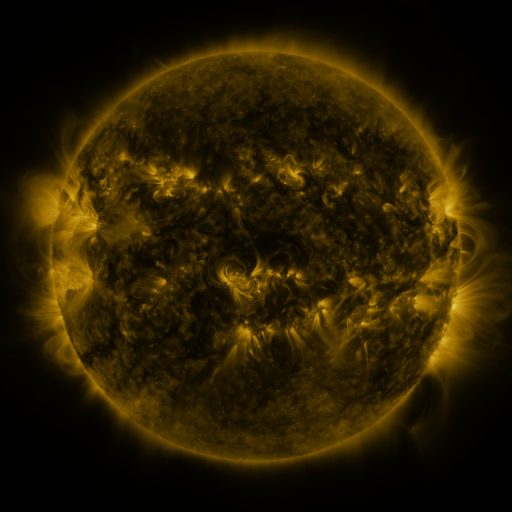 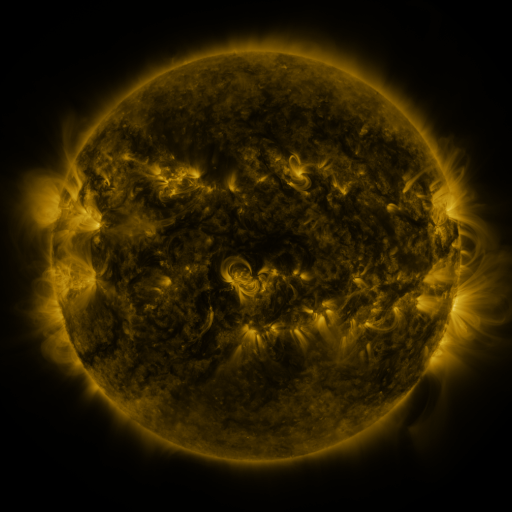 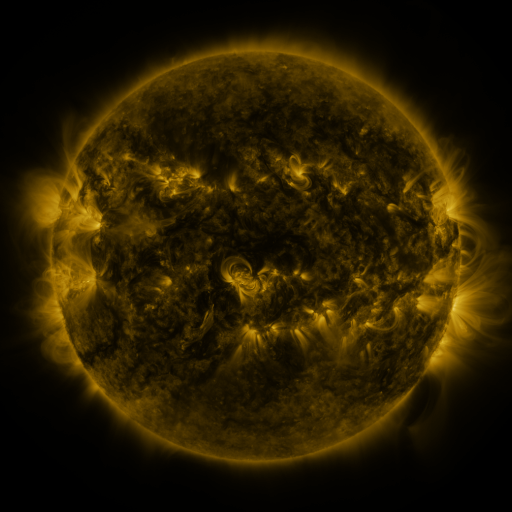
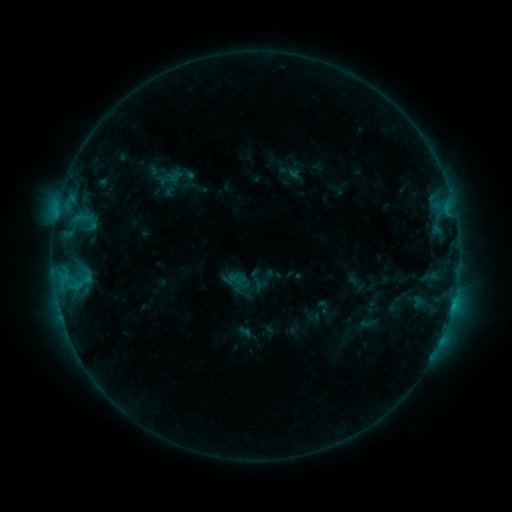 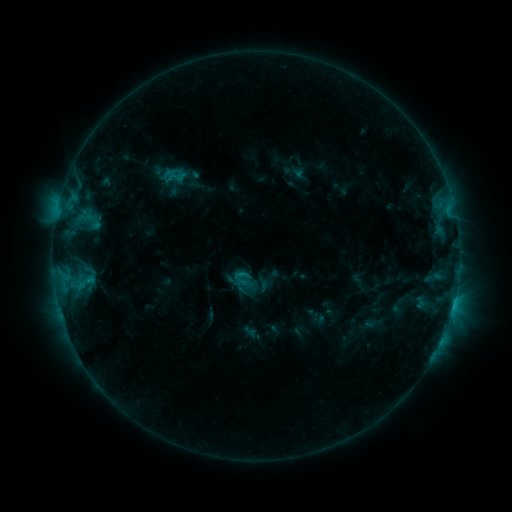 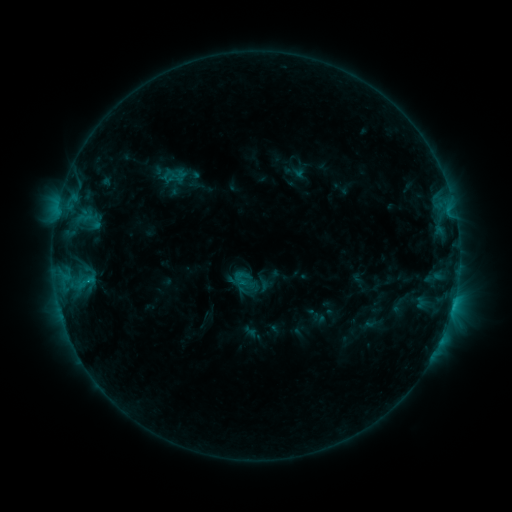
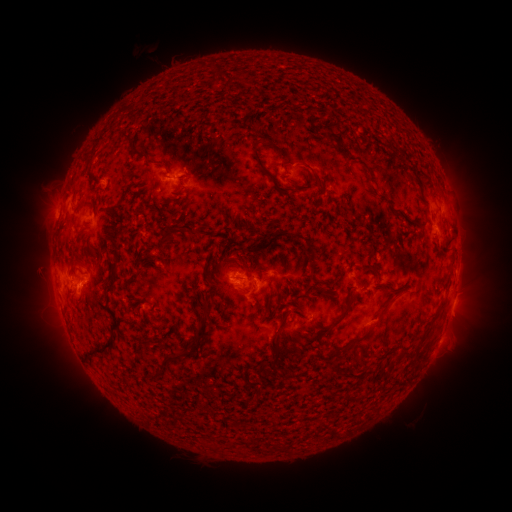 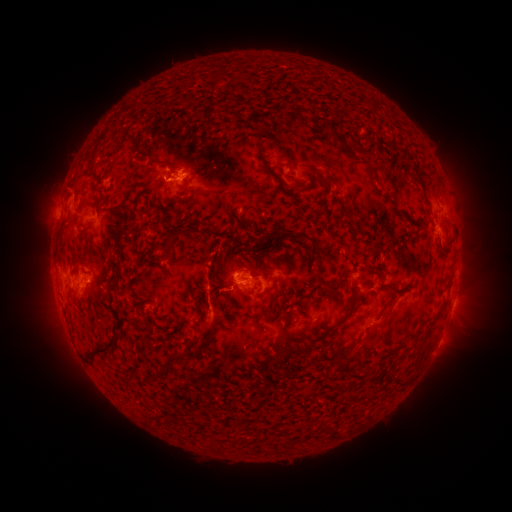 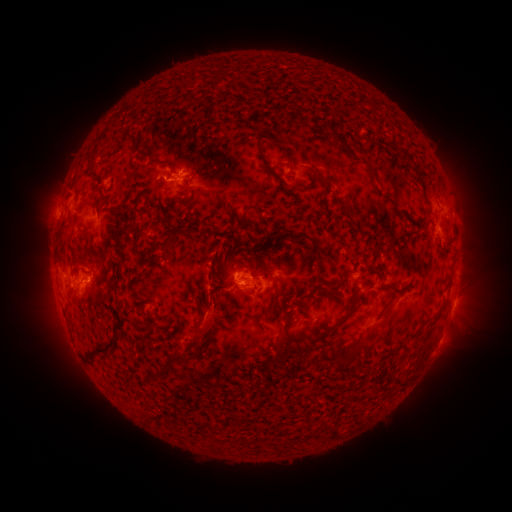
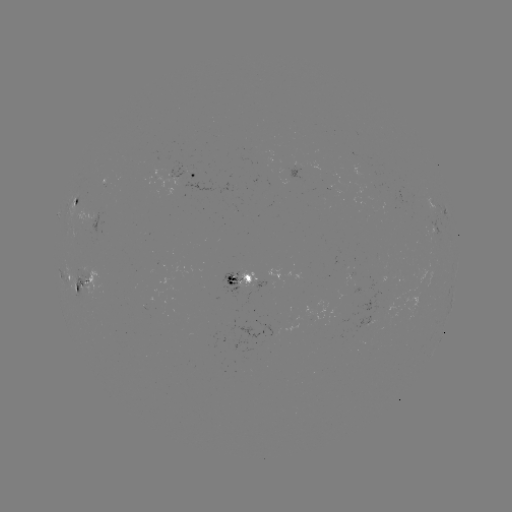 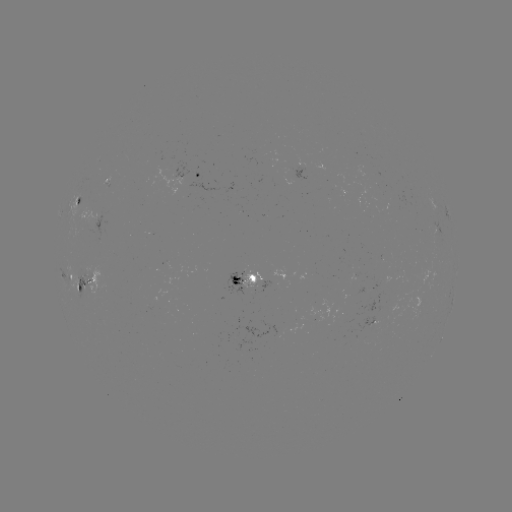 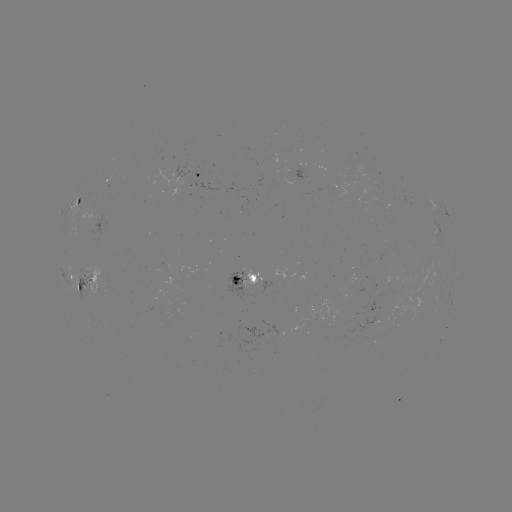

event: emerging-flux region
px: (86, 274)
